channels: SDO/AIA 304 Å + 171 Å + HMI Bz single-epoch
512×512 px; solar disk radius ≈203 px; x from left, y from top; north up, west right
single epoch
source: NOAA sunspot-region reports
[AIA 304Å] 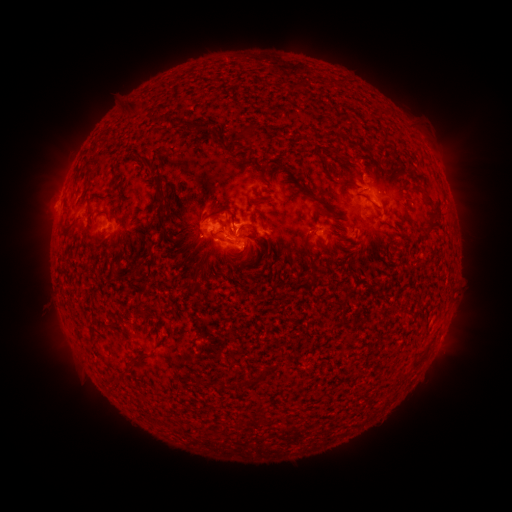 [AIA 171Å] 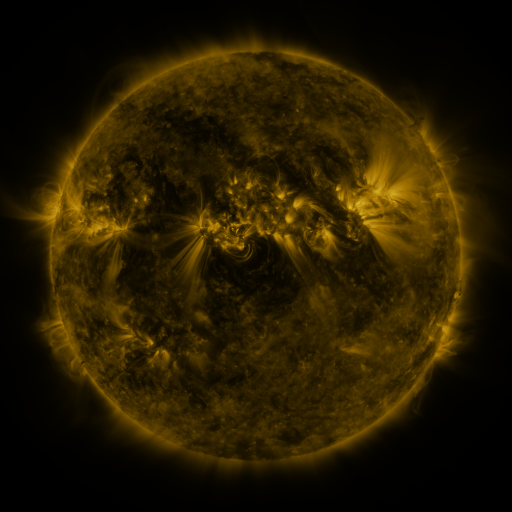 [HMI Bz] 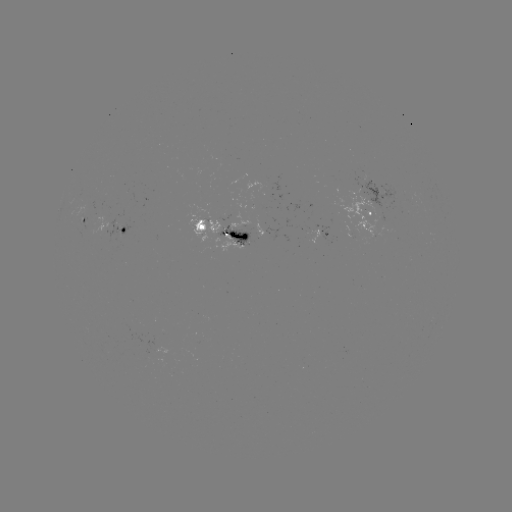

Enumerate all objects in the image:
spotted active region: (370, 212)
spotted active region: (85, 222)
spotted active region: (125, 231)
spotted active region: (228, 233)
spotted active region: (324, 236)
